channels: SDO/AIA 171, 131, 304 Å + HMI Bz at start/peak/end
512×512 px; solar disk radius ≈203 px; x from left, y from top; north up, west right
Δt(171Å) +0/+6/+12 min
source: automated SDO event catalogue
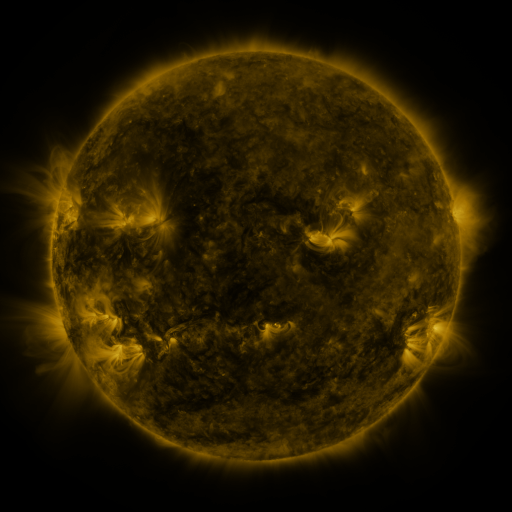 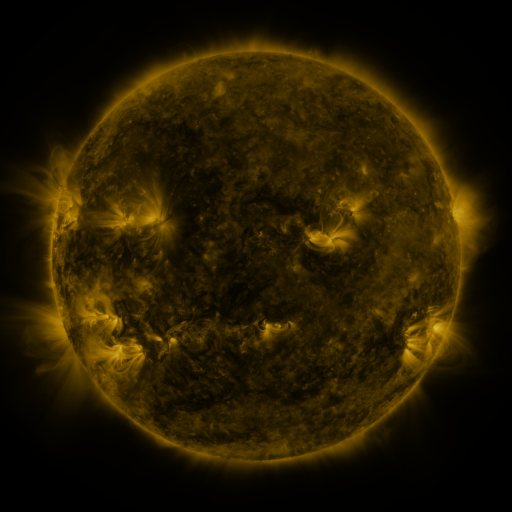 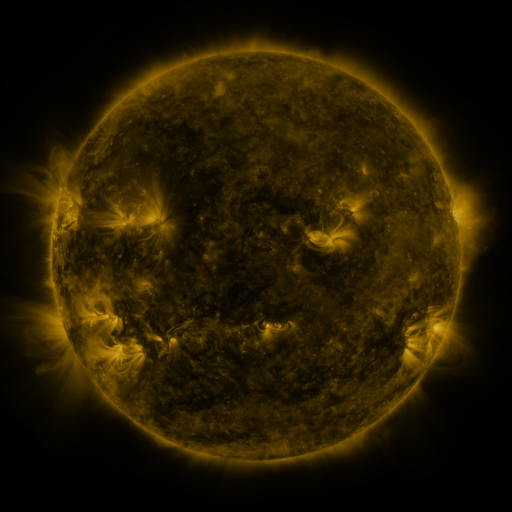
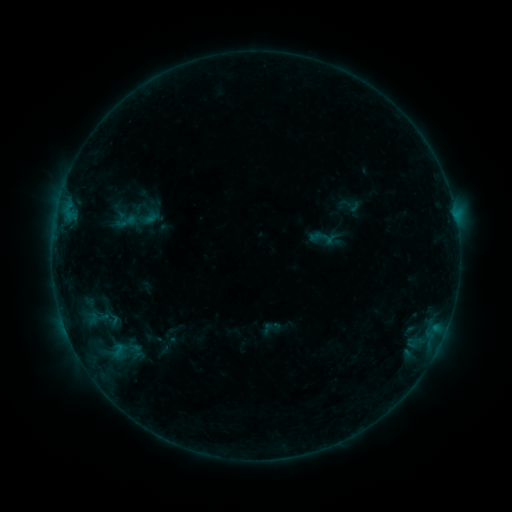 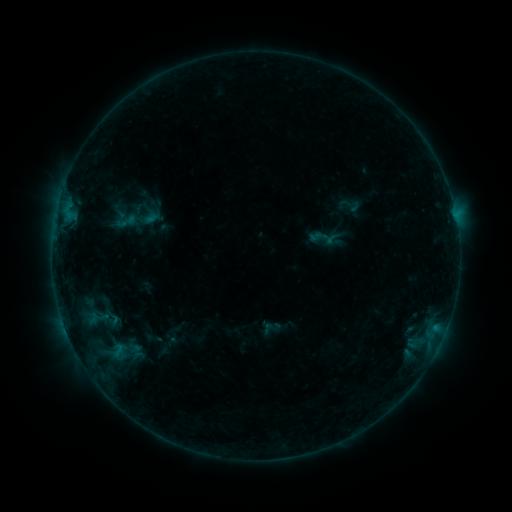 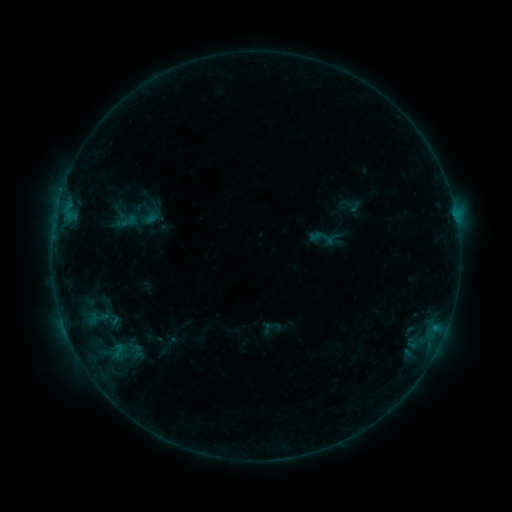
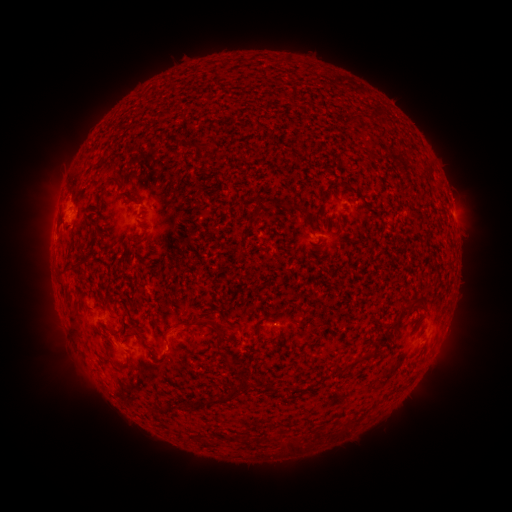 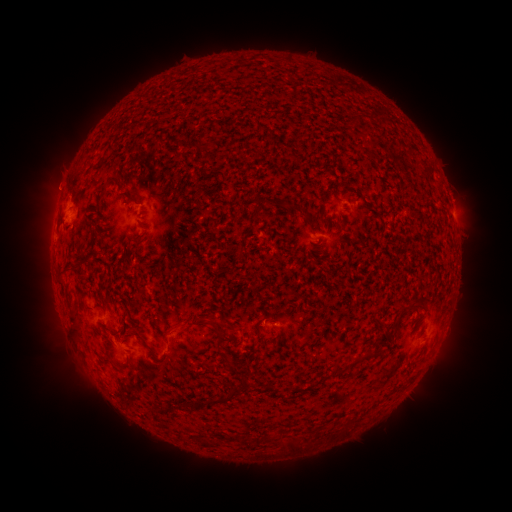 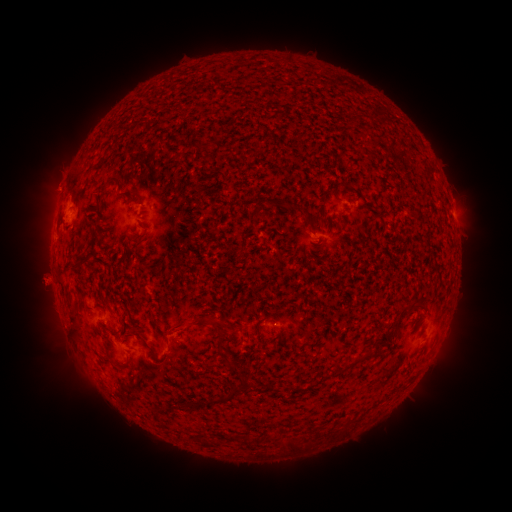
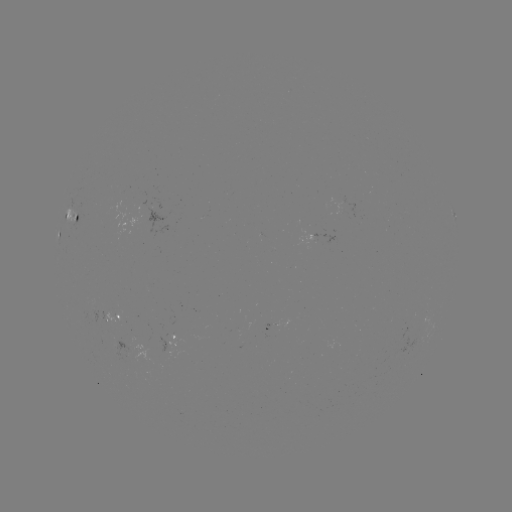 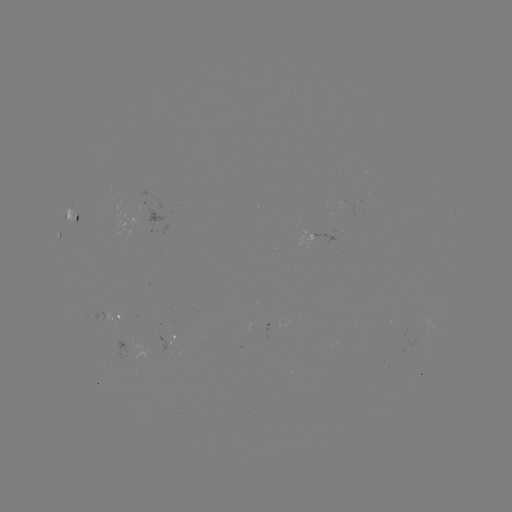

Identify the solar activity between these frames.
eruption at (57, 180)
